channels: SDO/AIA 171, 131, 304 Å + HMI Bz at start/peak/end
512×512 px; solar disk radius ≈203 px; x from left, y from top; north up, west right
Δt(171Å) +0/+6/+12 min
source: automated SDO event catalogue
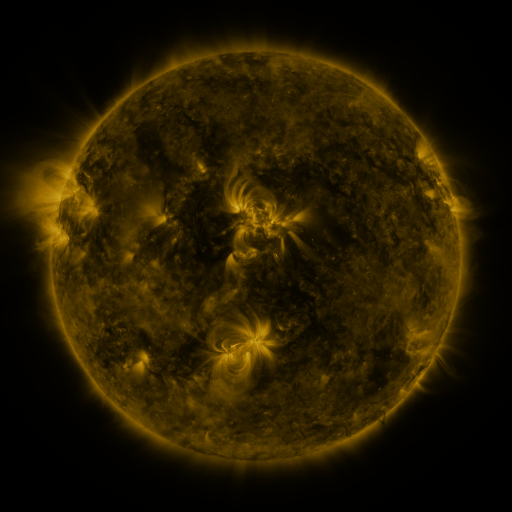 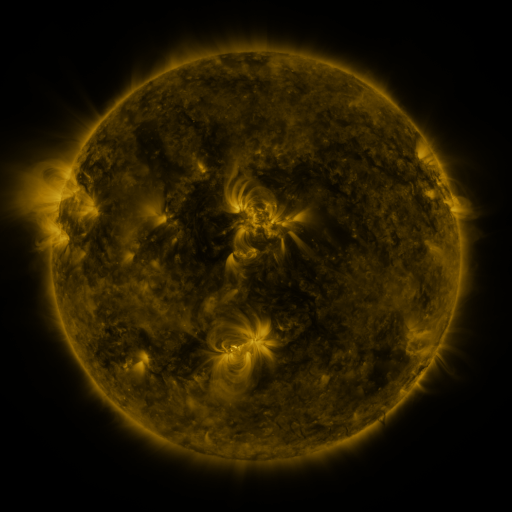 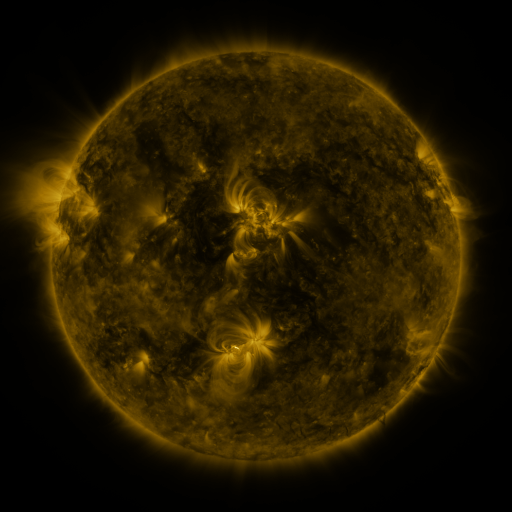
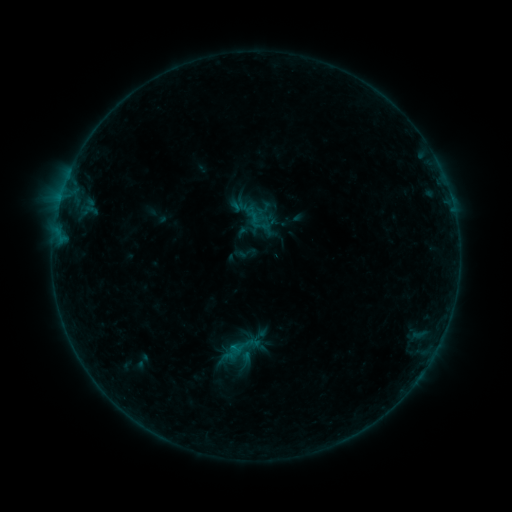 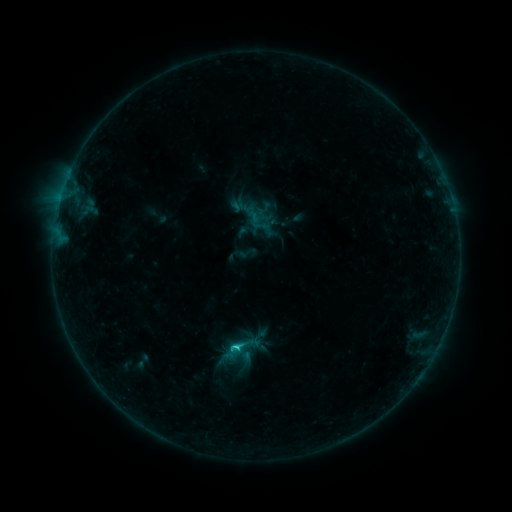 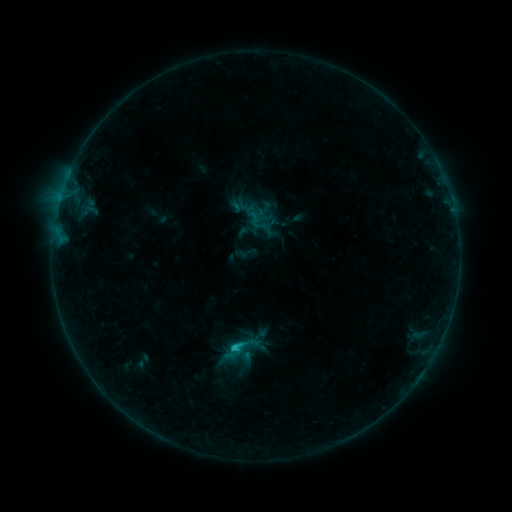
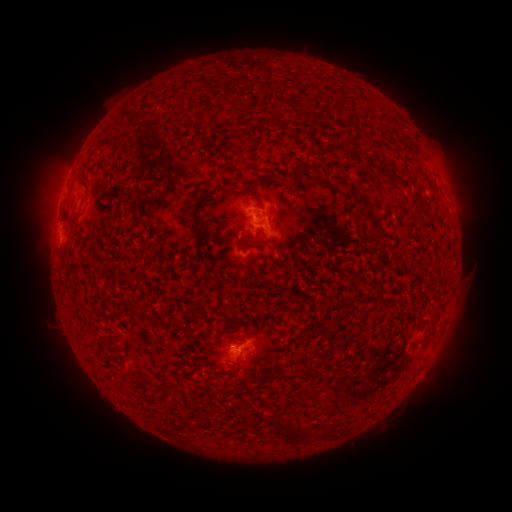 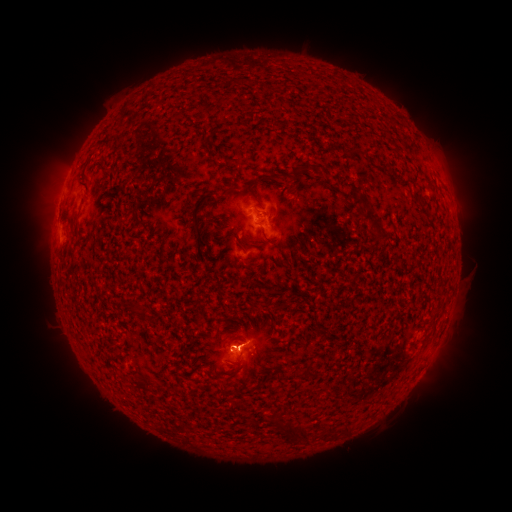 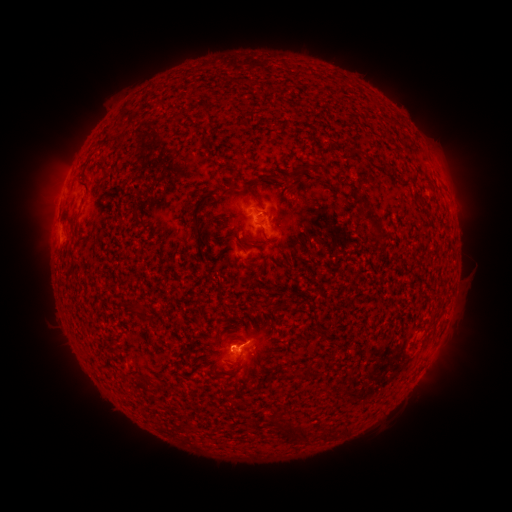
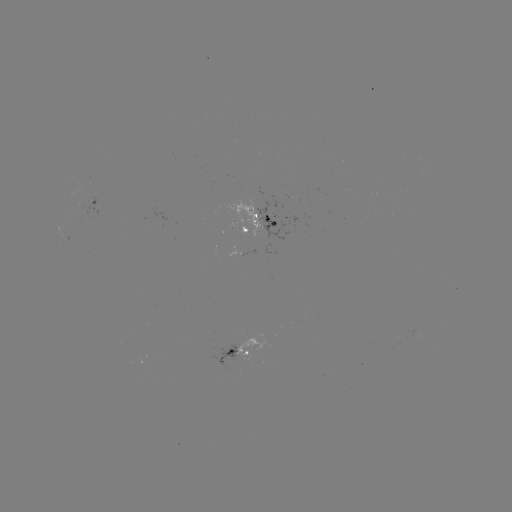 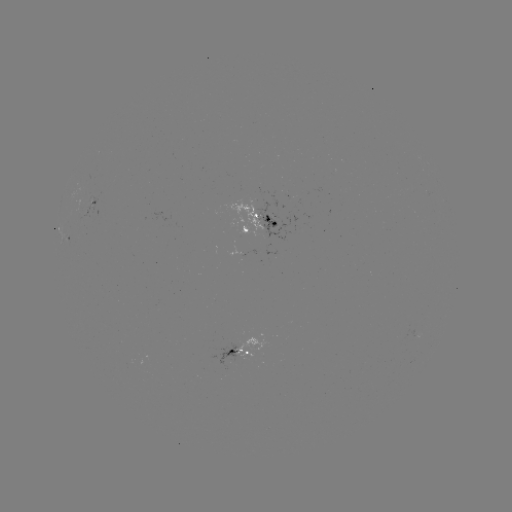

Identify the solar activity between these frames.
C1.2 flare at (235, 345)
